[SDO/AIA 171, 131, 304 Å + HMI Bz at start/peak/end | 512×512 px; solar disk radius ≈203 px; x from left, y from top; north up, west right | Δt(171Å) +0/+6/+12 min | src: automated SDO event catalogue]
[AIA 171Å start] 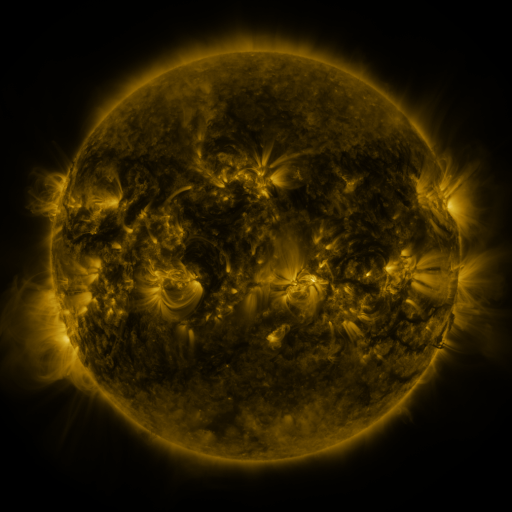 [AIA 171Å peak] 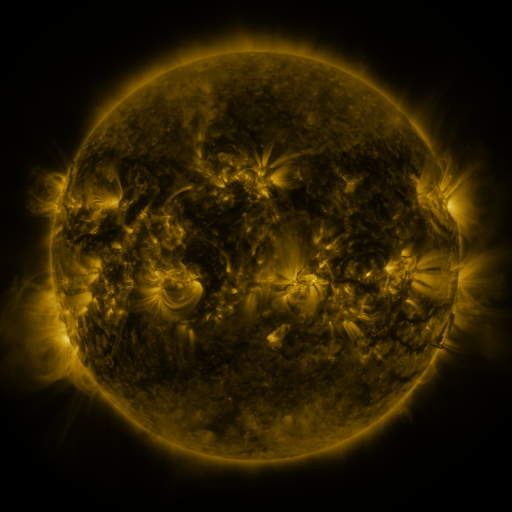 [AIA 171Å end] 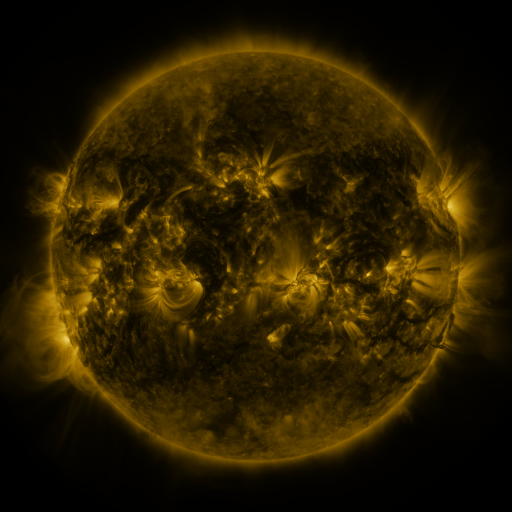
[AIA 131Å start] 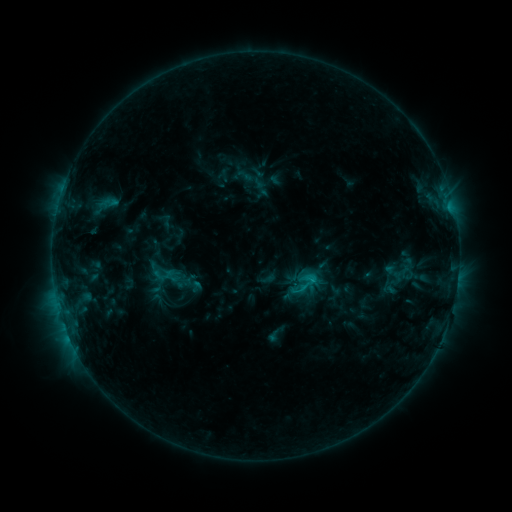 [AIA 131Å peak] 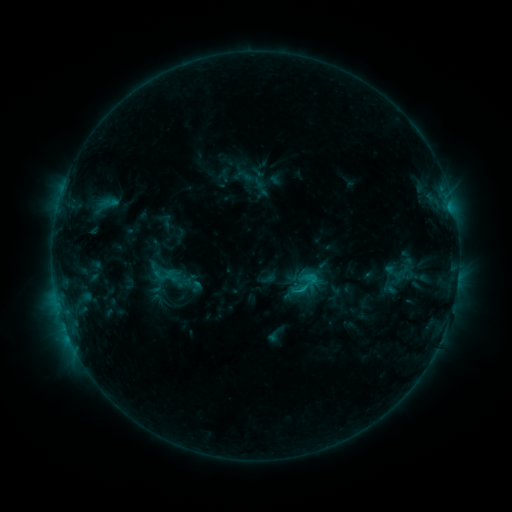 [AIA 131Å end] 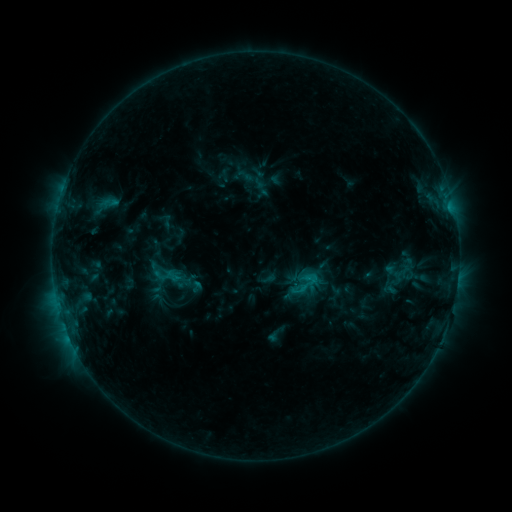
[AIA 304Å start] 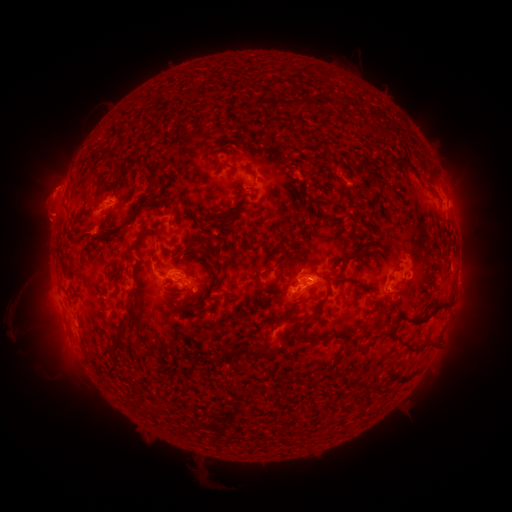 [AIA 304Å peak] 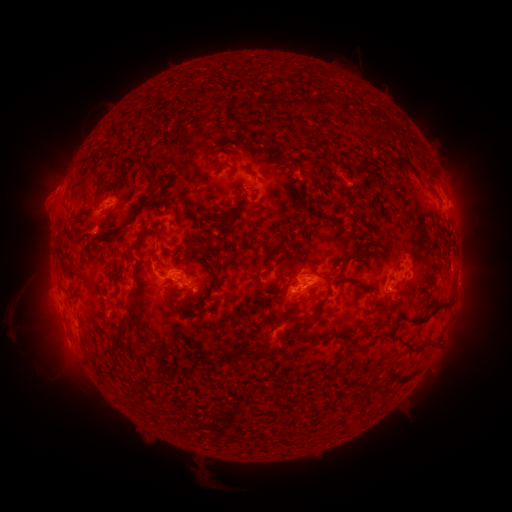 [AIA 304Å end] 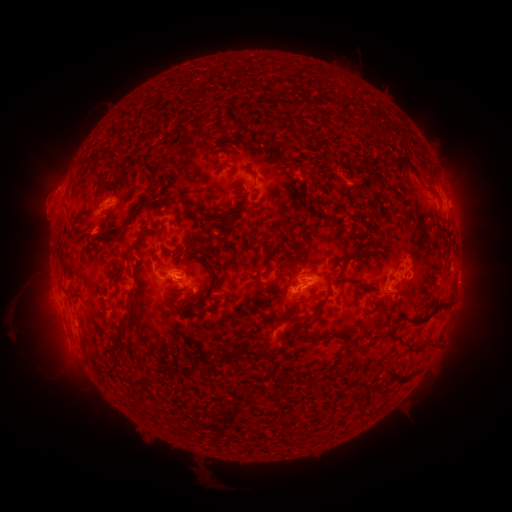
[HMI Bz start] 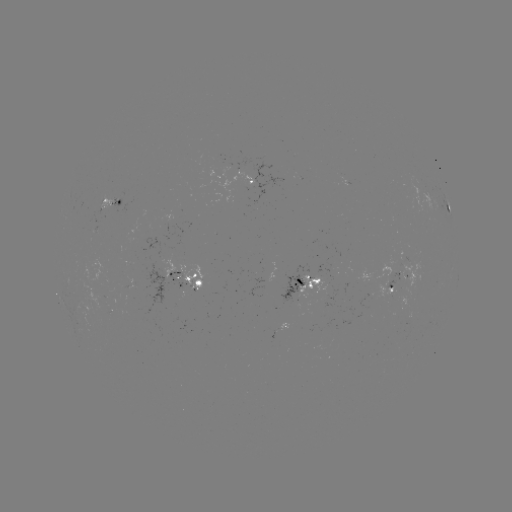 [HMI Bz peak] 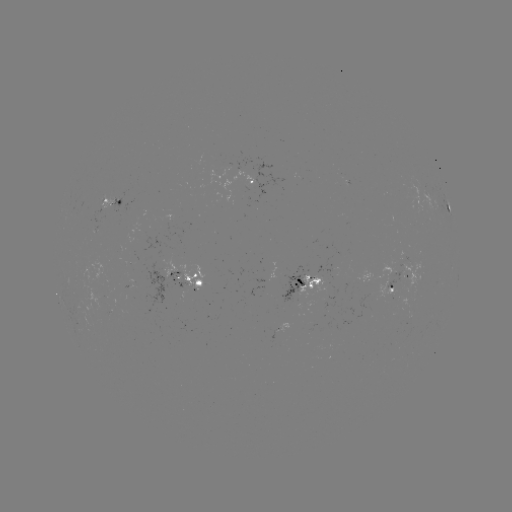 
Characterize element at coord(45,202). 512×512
eruption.